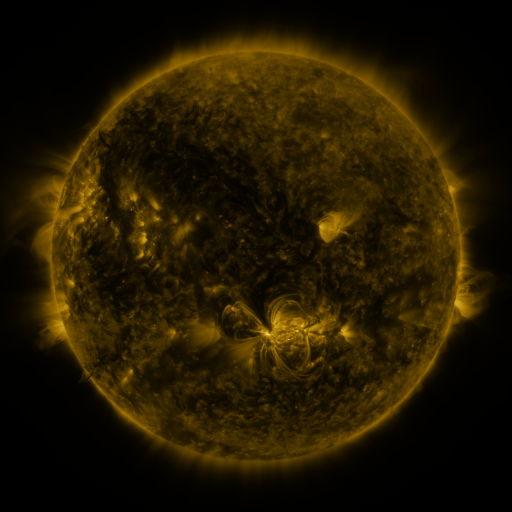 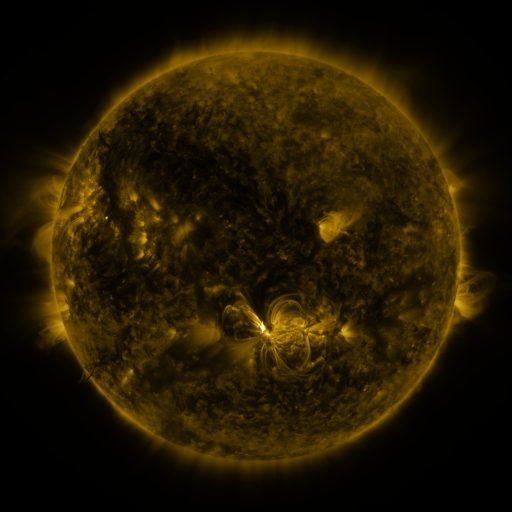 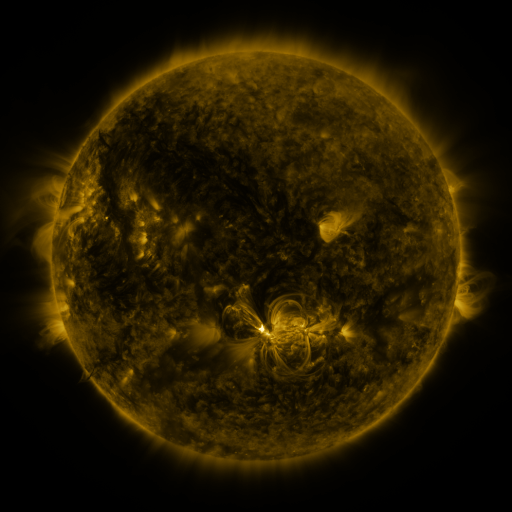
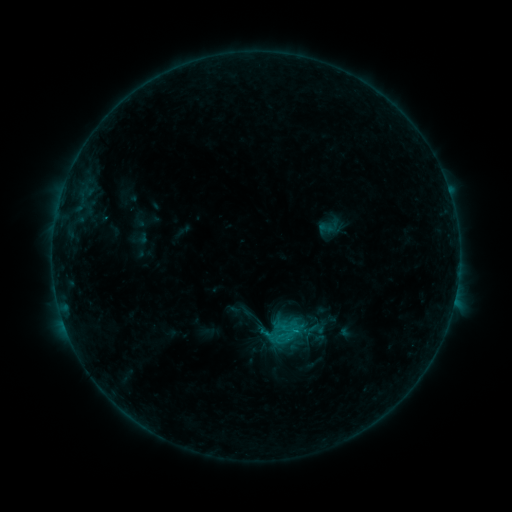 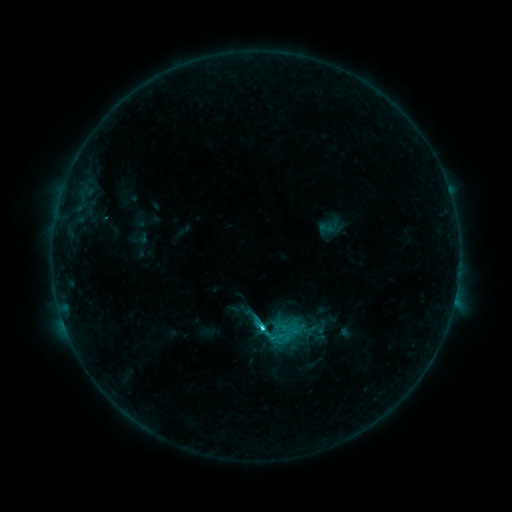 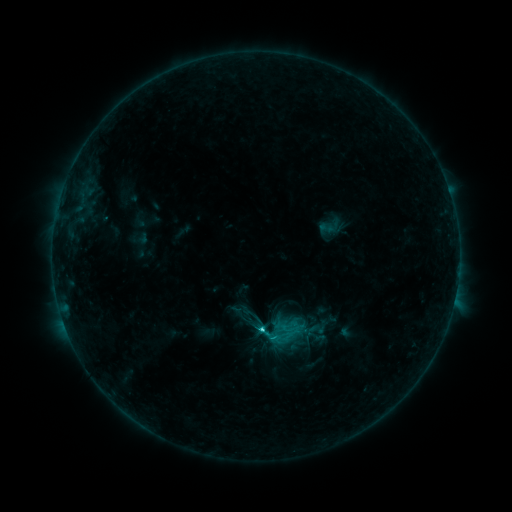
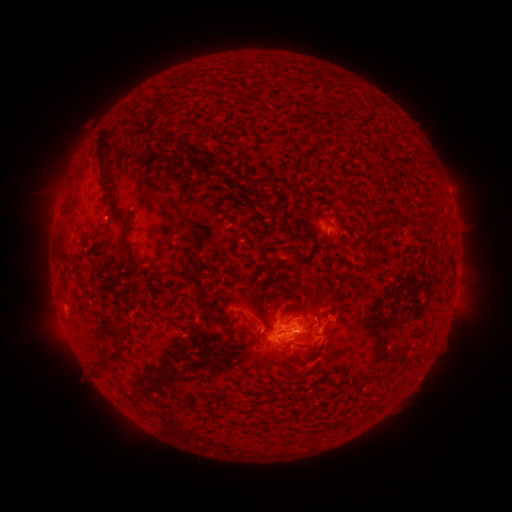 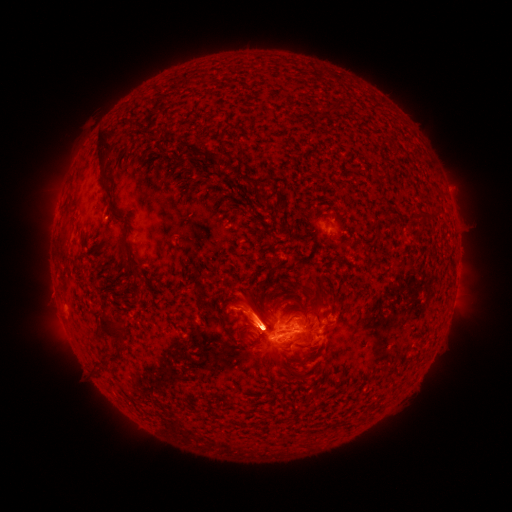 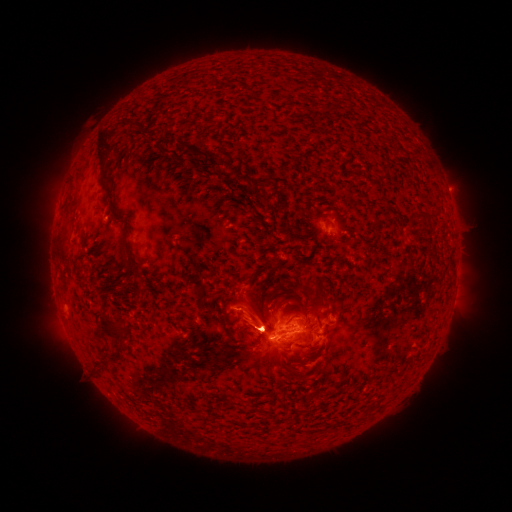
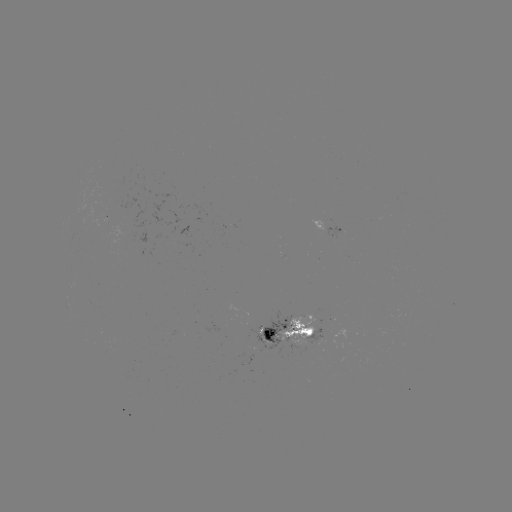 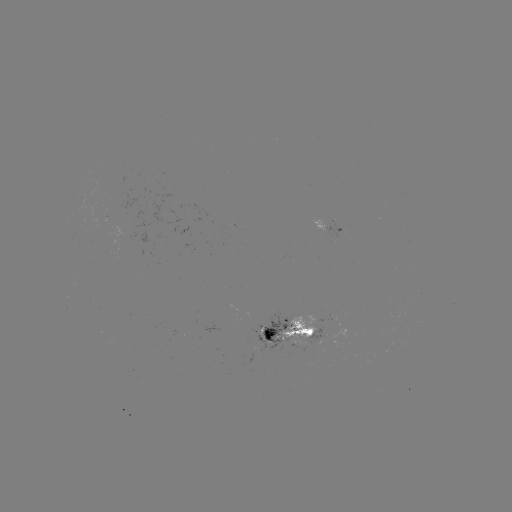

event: flare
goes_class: C2.5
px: (262, 325)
